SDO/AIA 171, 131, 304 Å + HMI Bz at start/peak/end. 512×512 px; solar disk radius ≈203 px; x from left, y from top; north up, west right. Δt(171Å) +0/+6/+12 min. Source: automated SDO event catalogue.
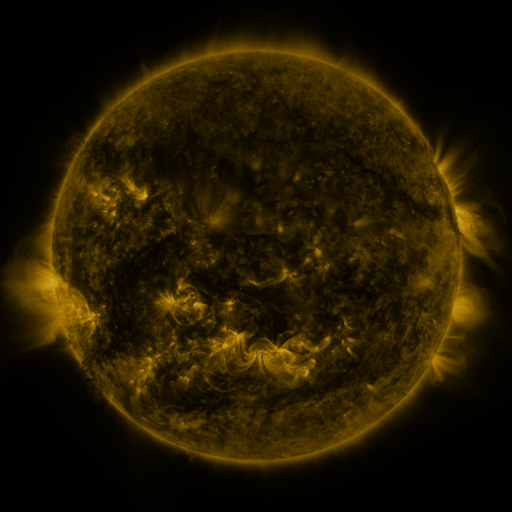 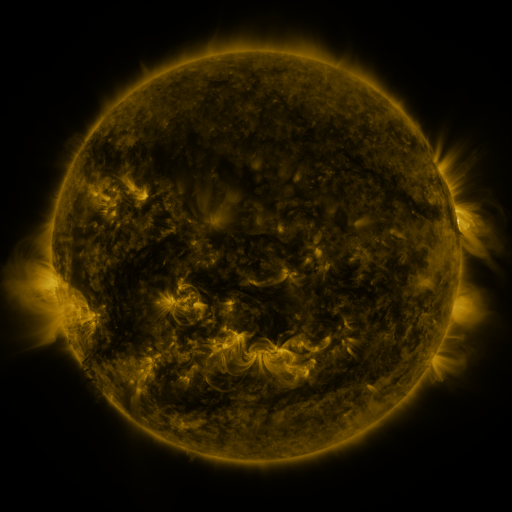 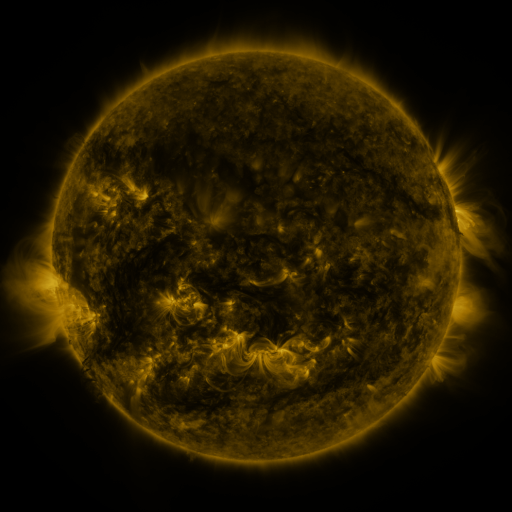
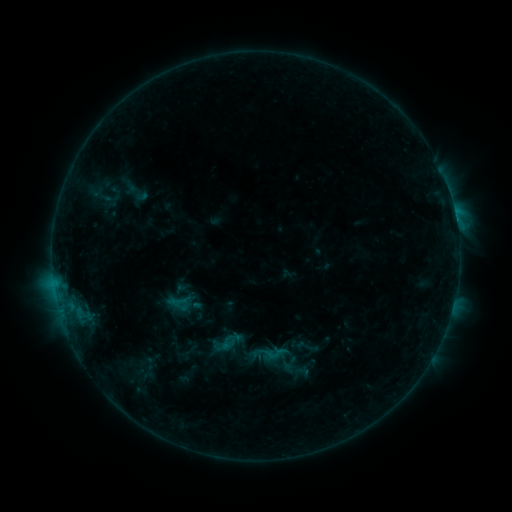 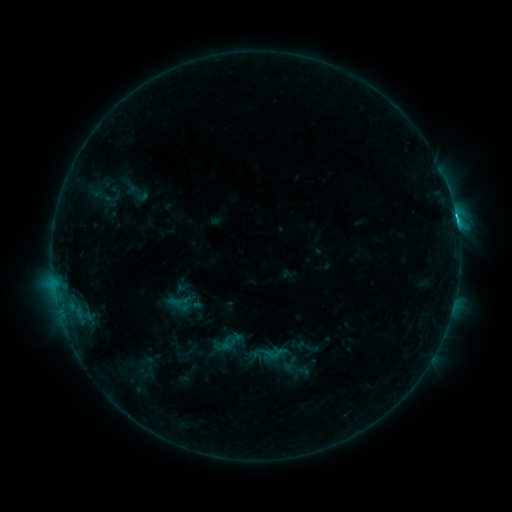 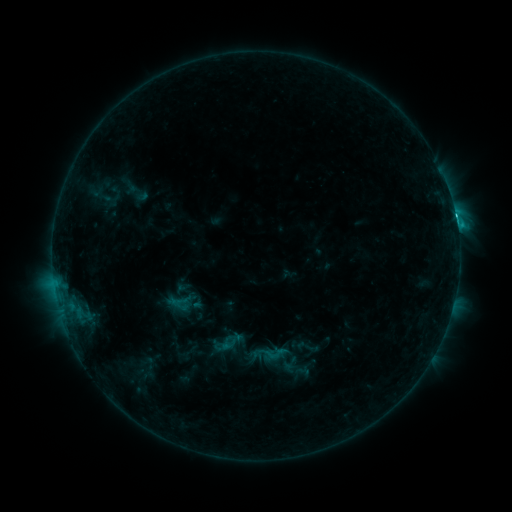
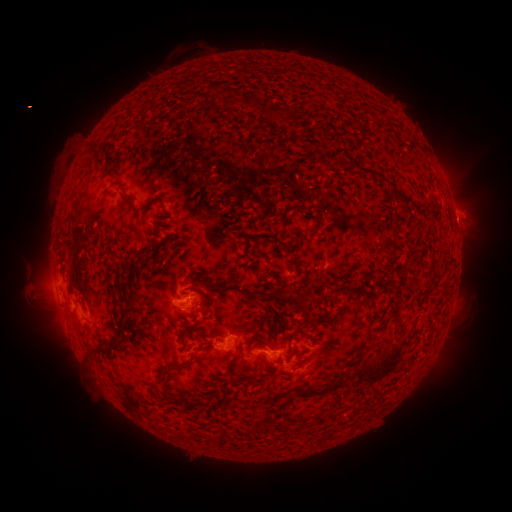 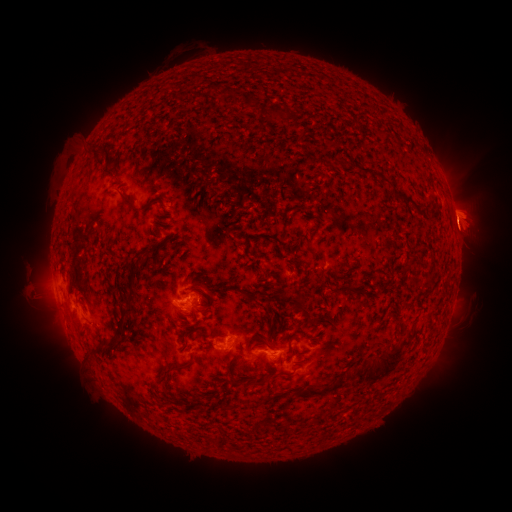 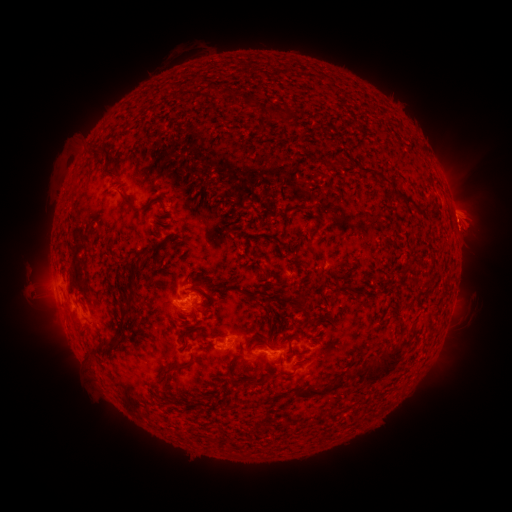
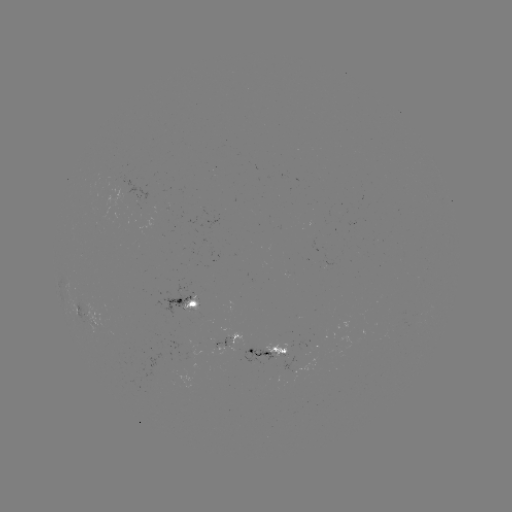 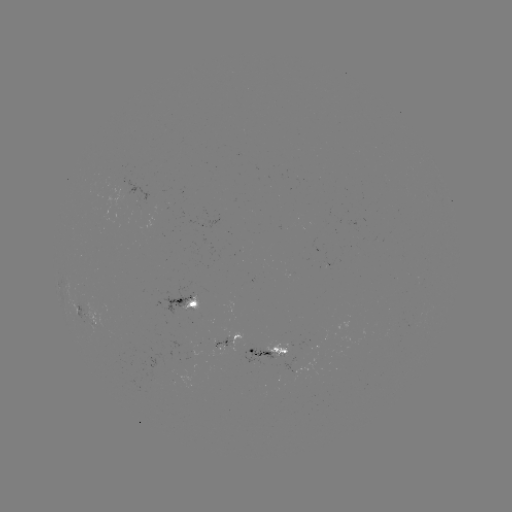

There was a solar eruption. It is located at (467, 218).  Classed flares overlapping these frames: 1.